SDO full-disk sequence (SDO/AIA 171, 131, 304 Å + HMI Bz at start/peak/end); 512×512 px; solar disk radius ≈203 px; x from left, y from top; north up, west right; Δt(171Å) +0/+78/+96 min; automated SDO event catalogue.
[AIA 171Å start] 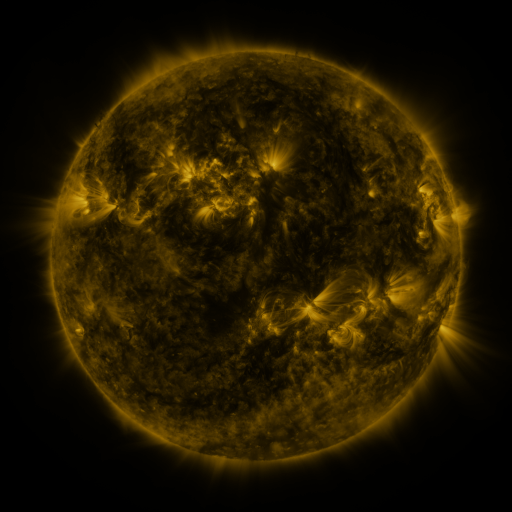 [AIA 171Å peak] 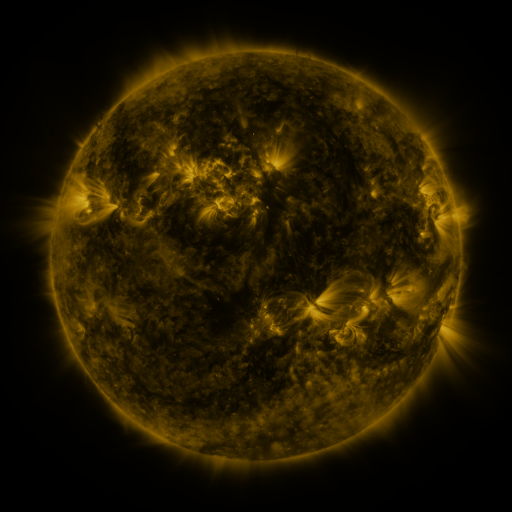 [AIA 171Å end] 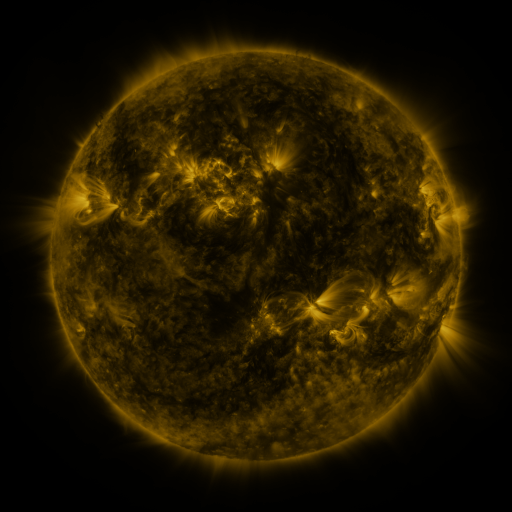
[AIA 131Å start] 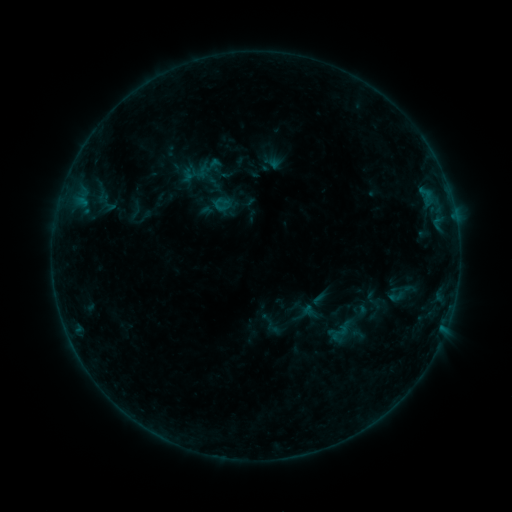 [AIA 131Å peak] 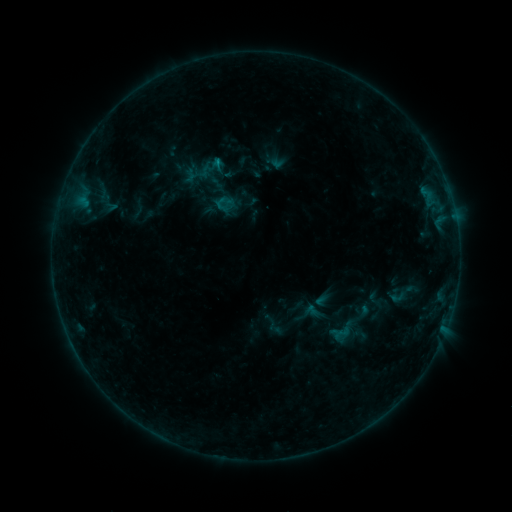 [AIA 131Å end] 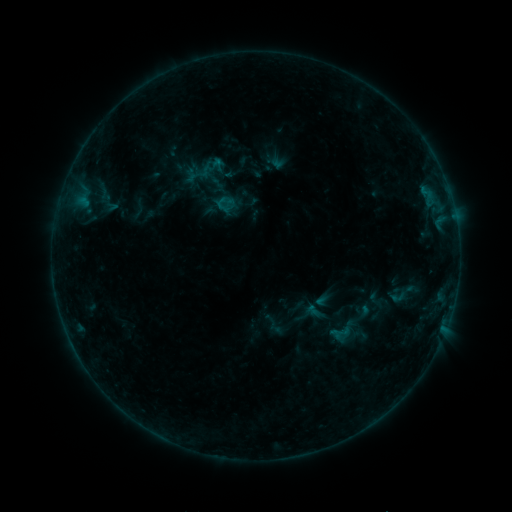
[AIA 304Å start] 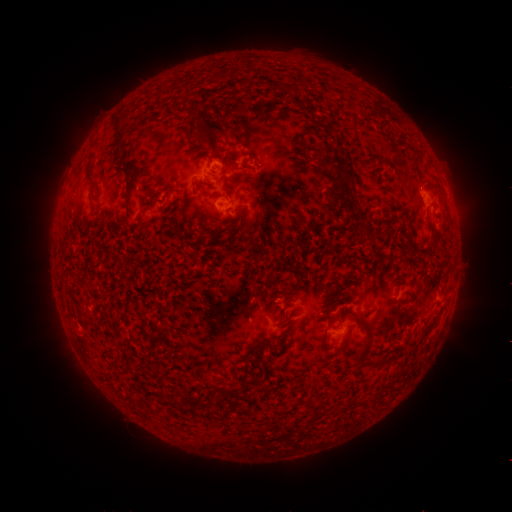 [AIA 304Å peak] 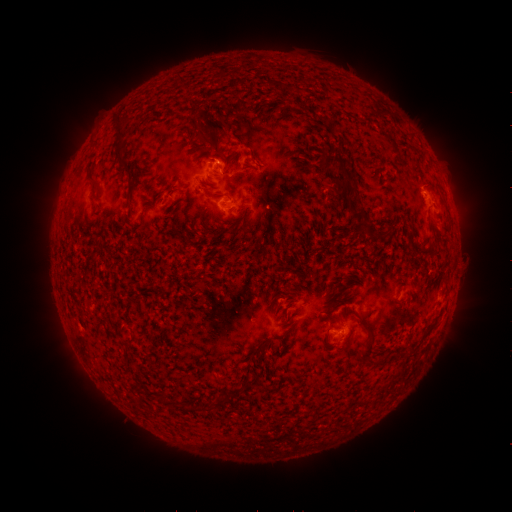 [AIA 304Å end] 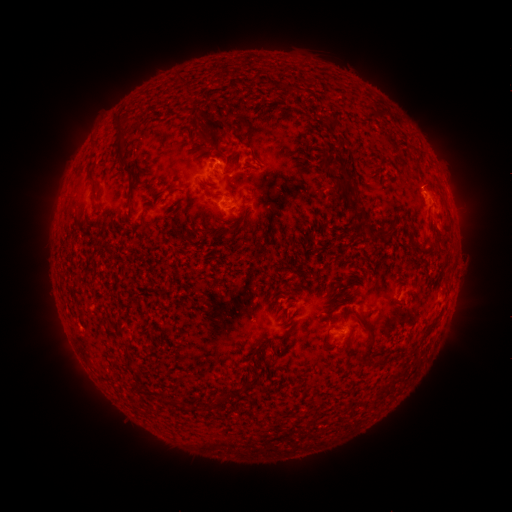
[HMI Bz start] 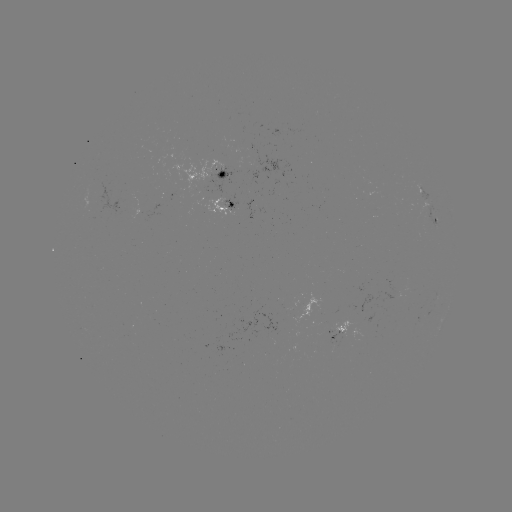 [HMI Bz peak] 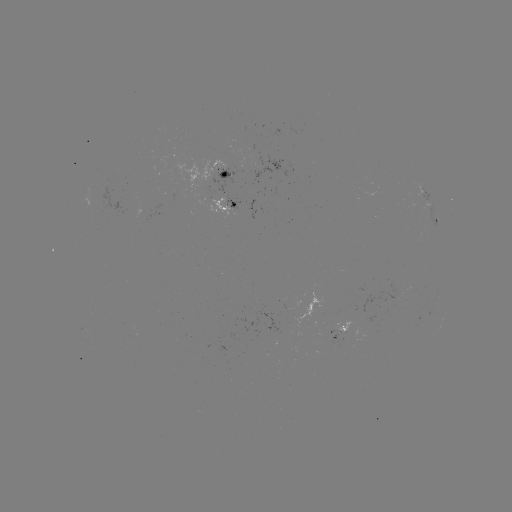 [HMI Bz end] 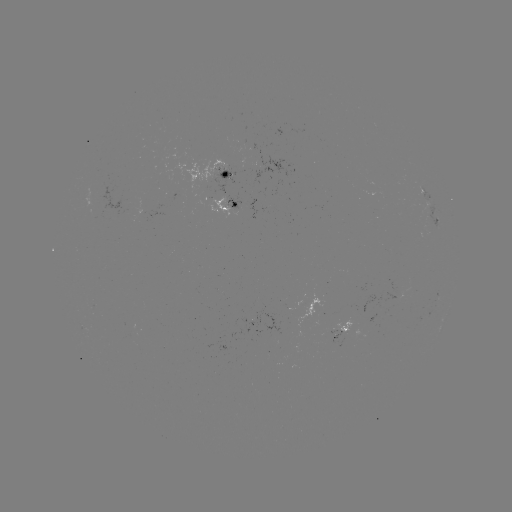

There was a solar flare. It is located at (219, 163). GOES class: B4.9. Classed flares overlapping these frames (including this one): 1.